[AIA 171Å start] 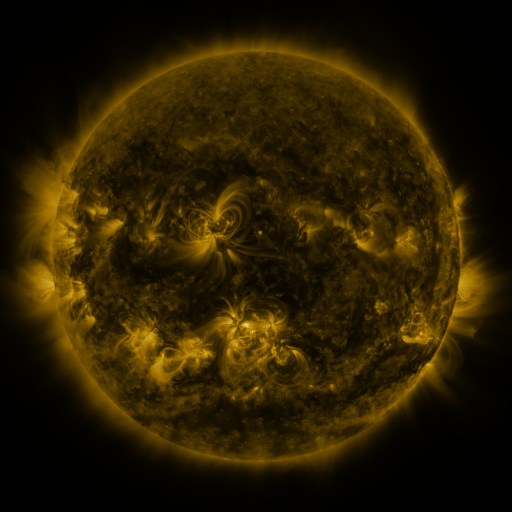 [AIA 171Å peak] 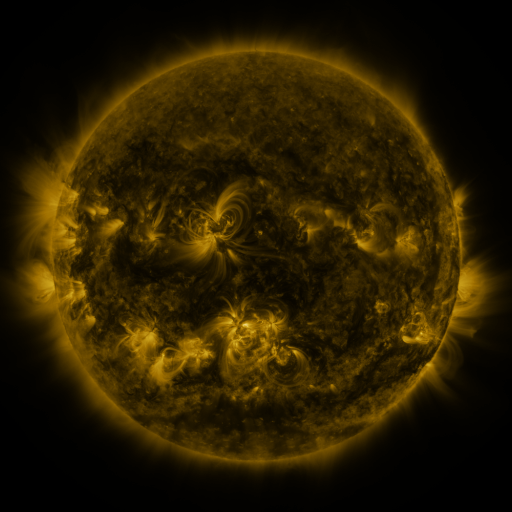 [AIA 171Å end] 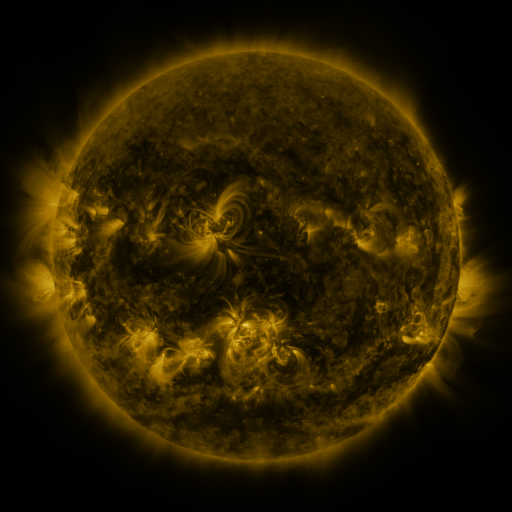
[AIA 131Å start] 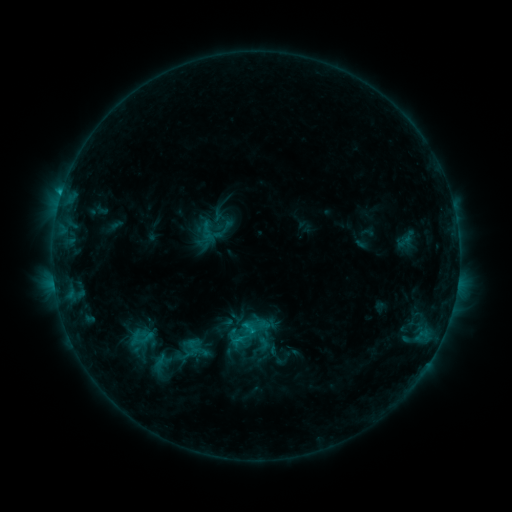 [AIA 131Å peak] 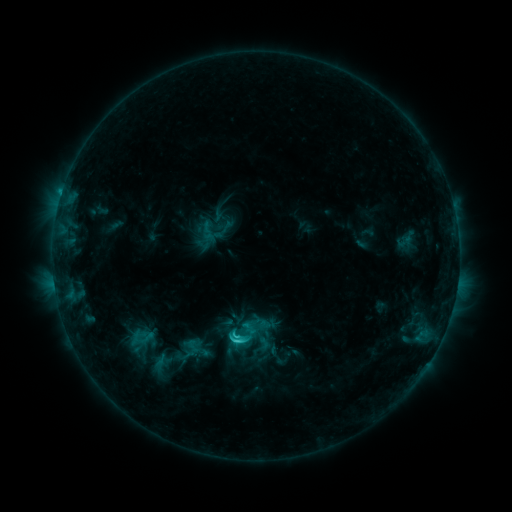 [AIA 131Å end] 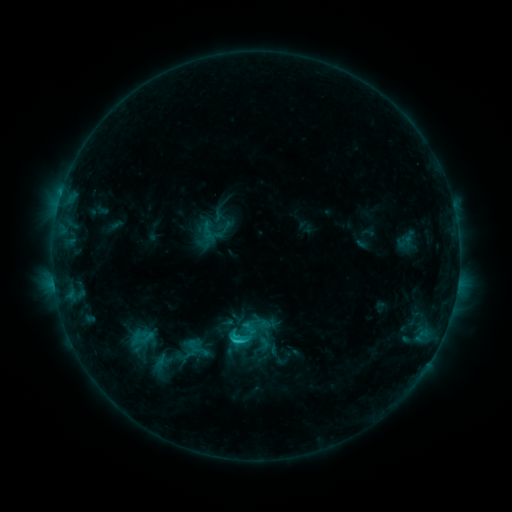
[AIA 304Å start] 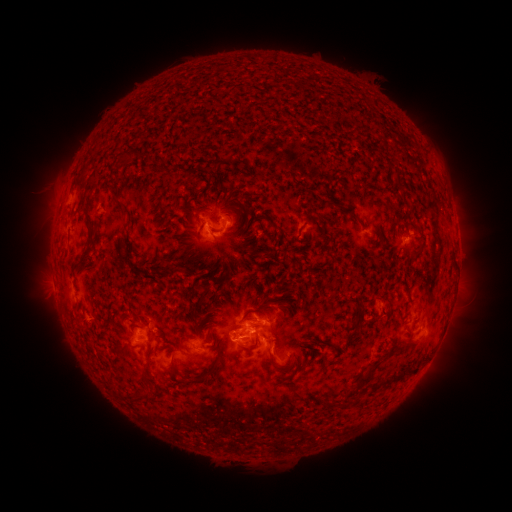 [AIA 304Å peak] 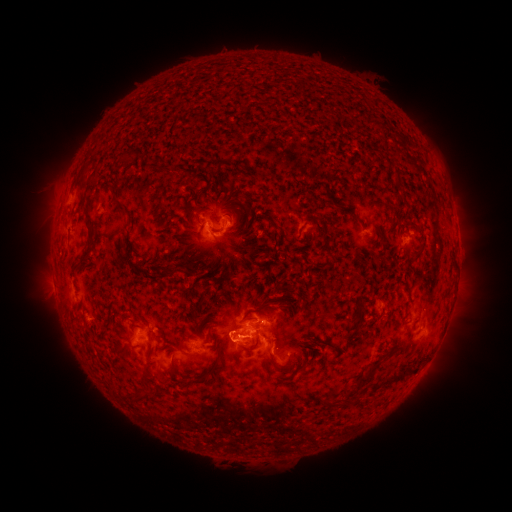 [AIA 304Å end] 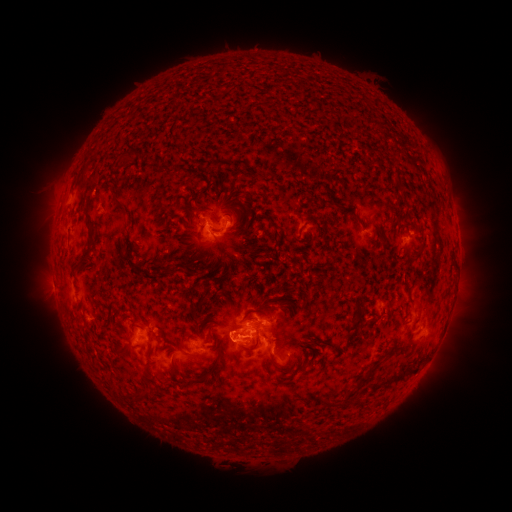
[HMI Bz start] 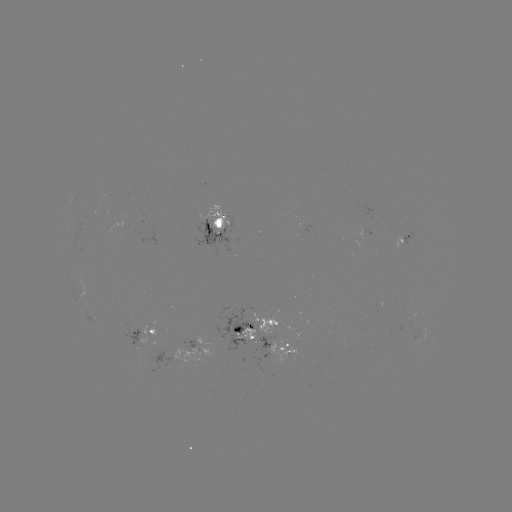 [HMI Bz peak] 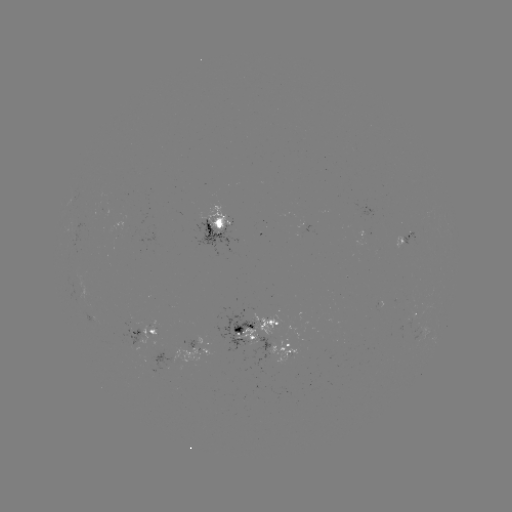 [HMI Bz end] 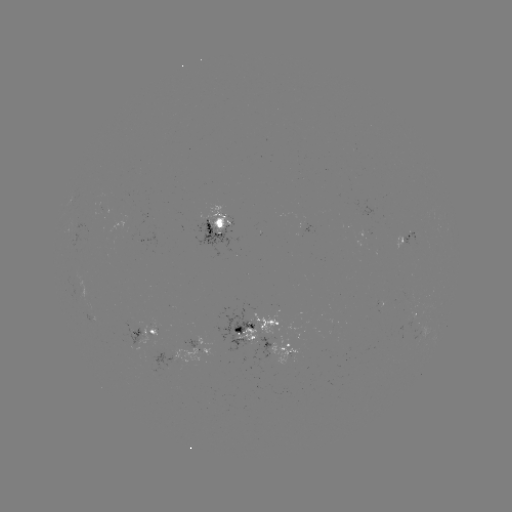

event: flare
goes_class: C2.4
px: (238, 339)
